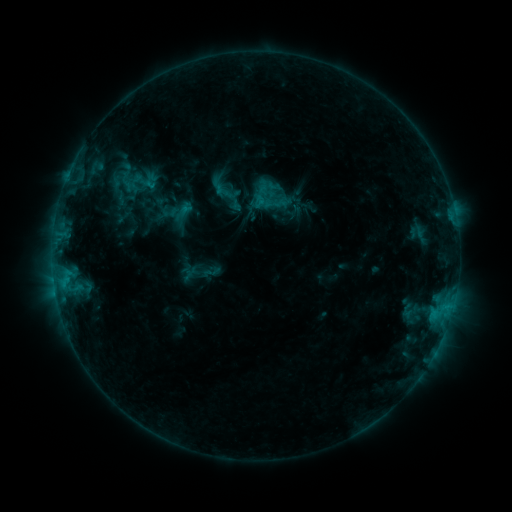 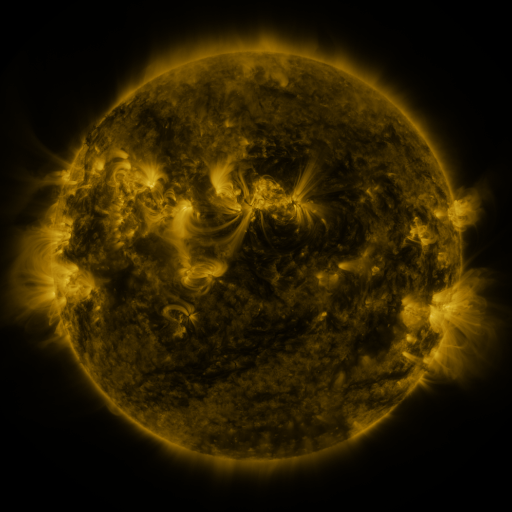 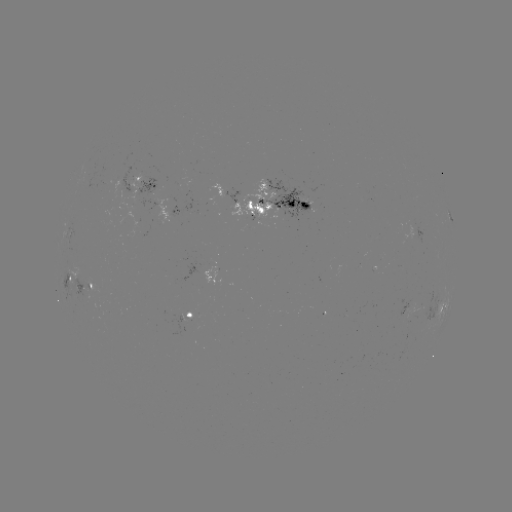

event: sigmoid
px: (211, 272)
